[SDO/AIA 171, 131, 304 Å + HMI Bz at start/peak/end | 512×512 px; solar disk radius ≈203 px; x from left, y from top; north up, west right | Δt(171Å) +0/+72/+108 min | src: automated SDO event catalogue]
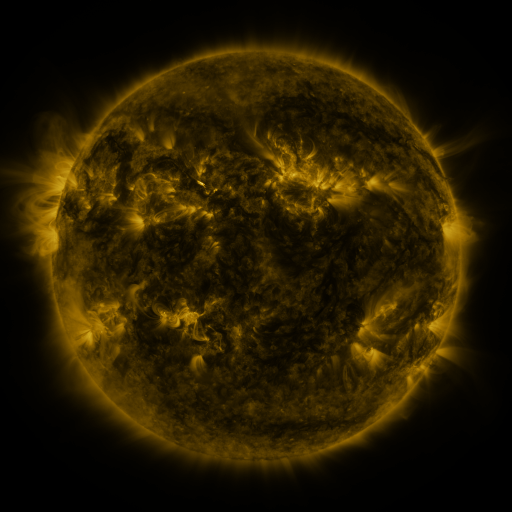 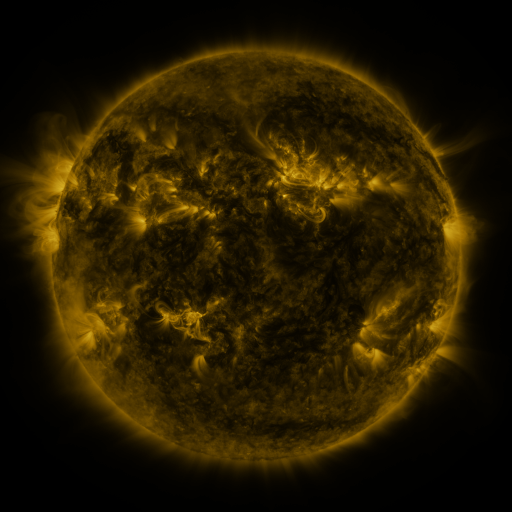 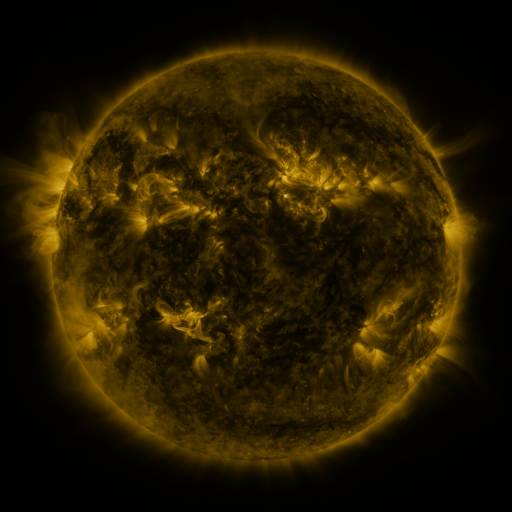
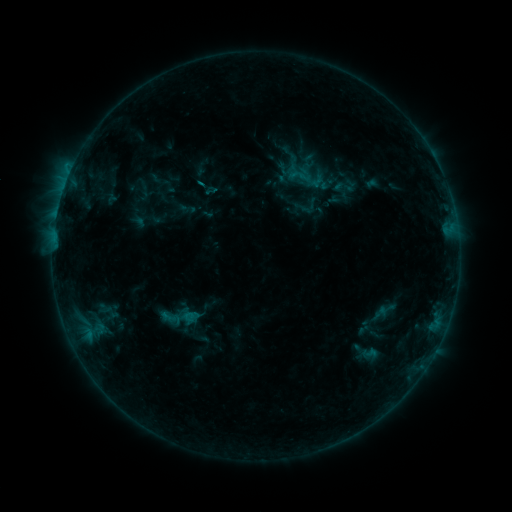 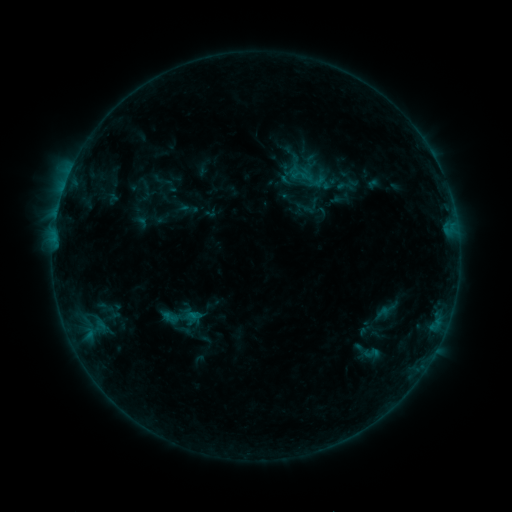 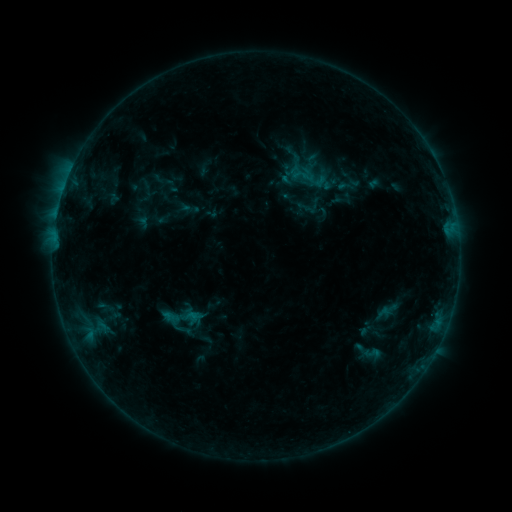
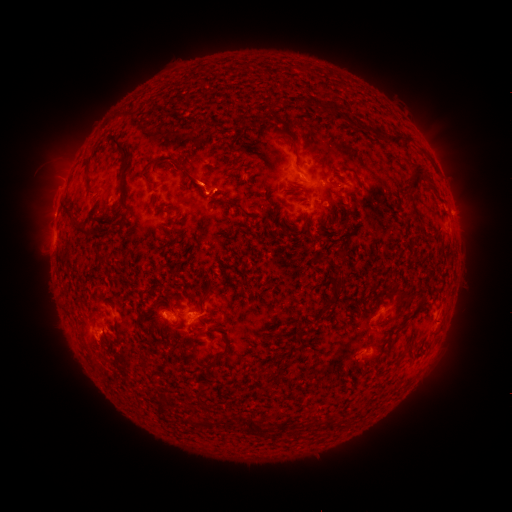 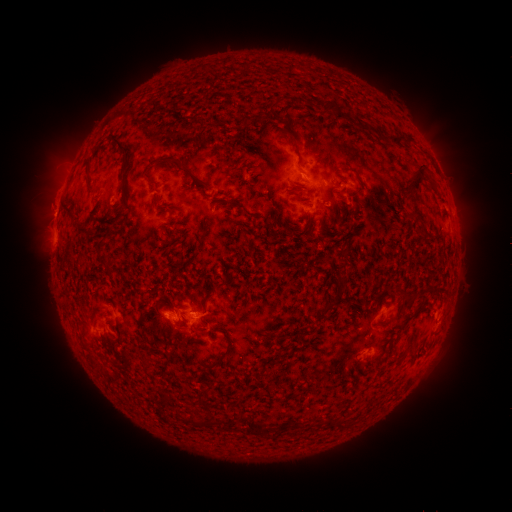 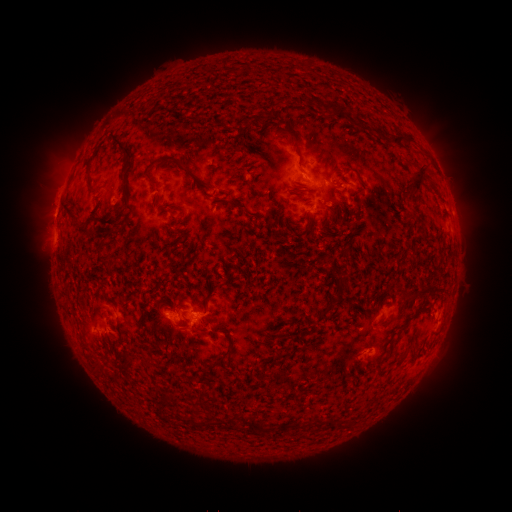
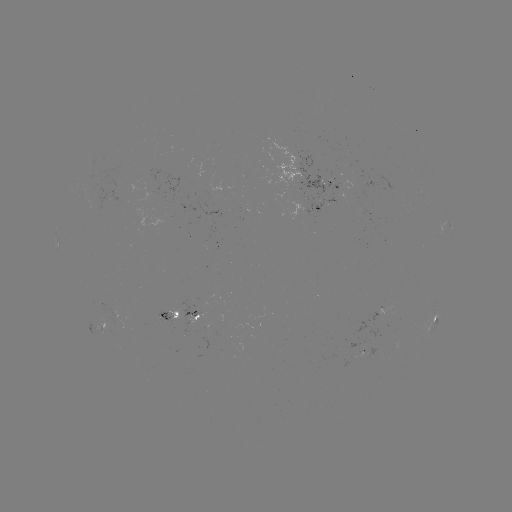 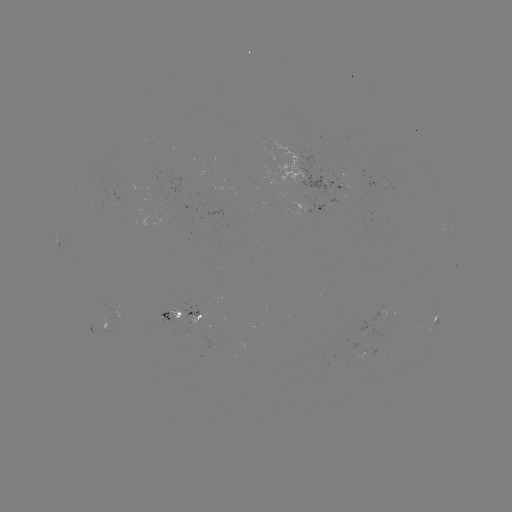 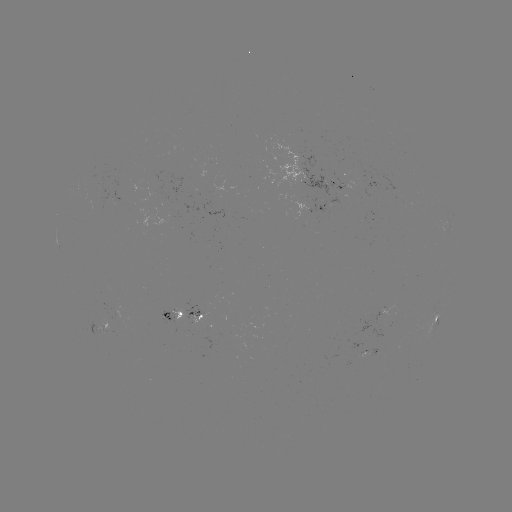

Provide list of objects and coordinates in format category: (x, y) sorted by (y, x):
emerging-flux region: (184, 319)
